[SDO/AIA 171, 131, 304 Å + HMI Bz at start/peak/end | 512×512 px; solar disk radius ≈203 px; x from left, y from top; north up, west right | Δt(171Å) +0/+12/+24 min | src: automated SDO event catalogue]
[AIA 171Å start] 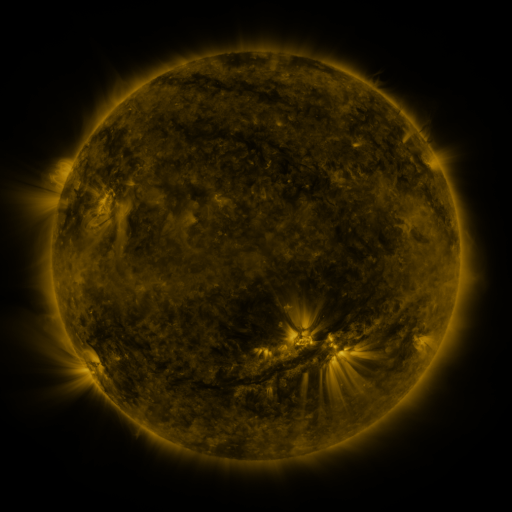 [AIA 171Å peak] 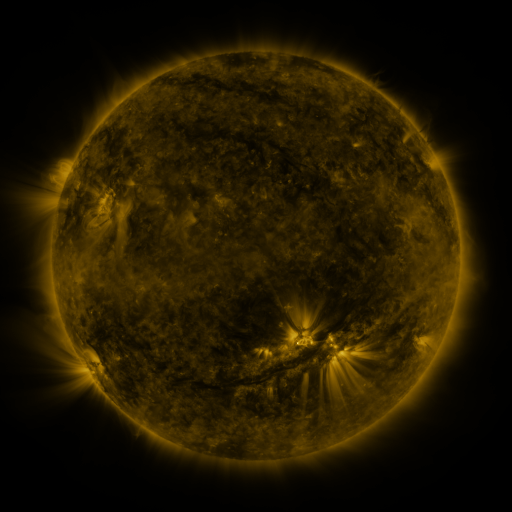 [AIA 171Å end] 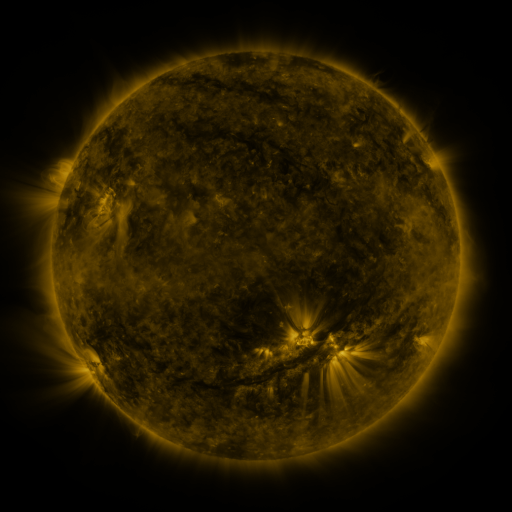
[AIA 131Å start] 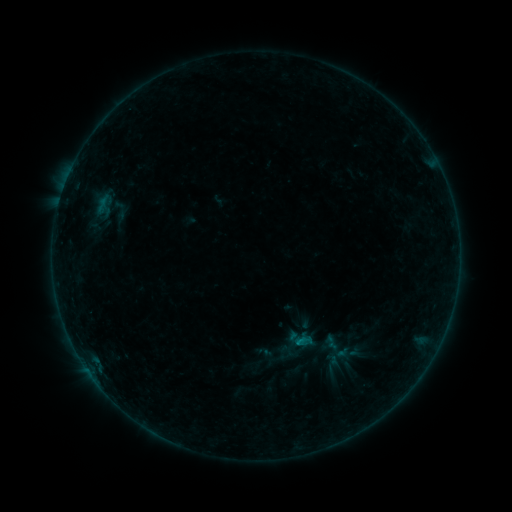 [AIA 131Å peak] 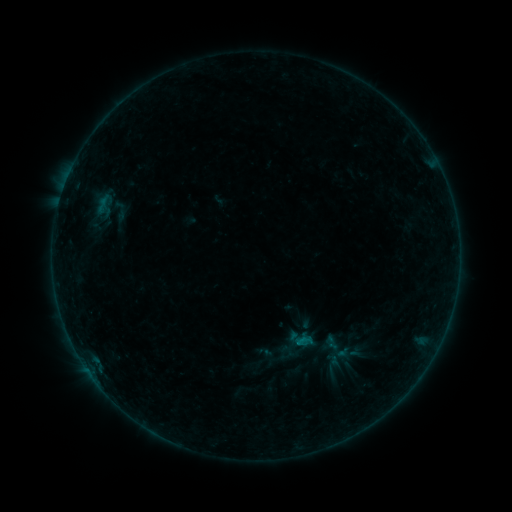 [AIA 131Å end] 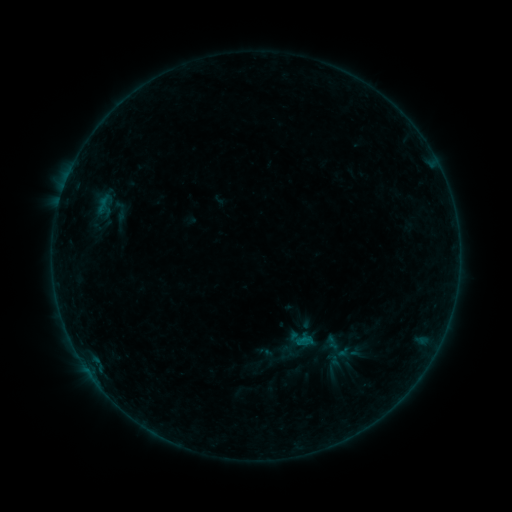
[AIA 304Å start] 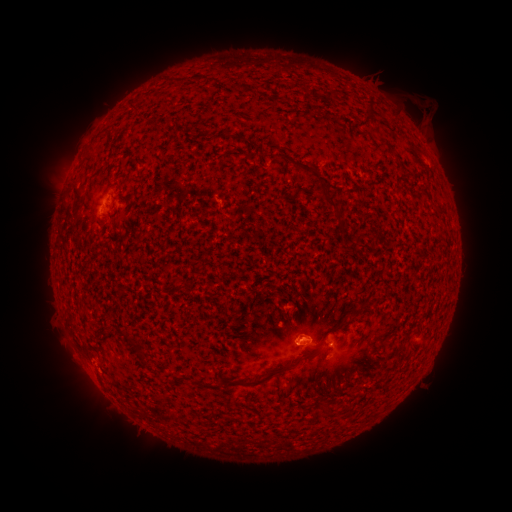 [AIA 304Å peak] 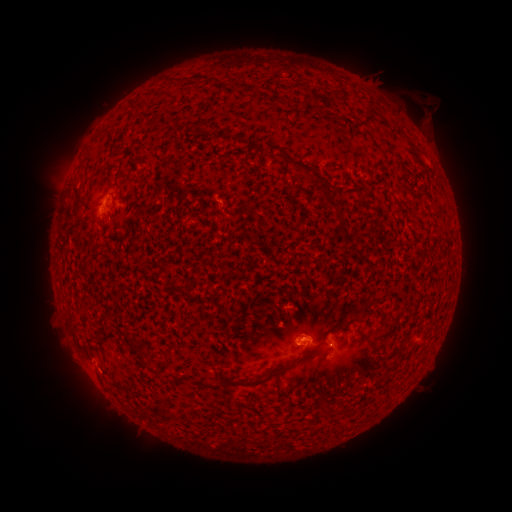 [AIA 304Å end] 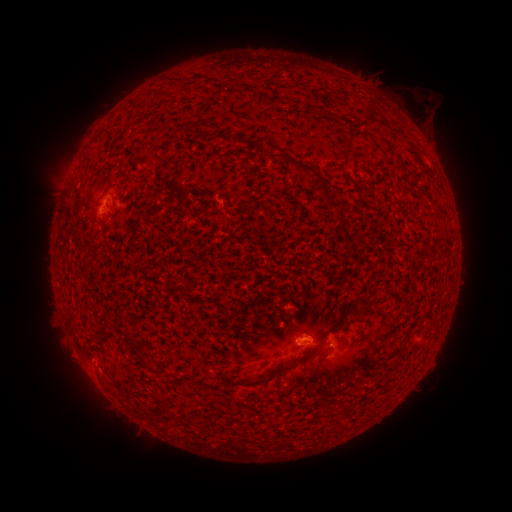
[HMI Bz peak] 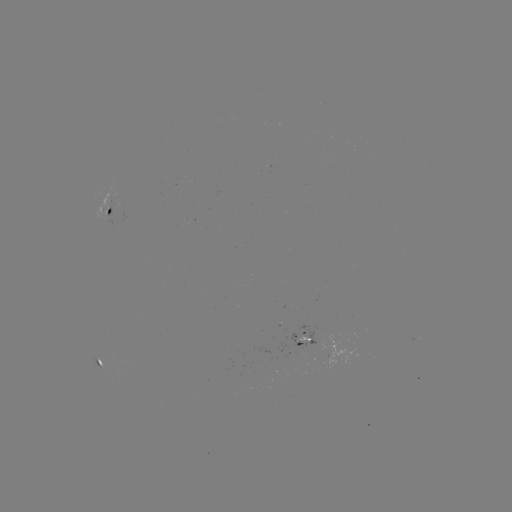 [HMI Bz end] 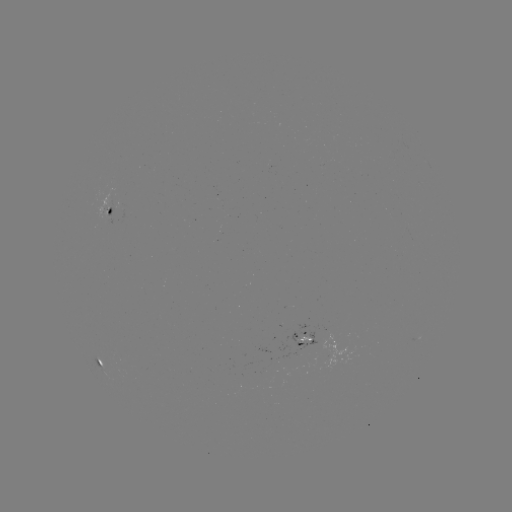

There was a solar eruption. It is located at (422, 103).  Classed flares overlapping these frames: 2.